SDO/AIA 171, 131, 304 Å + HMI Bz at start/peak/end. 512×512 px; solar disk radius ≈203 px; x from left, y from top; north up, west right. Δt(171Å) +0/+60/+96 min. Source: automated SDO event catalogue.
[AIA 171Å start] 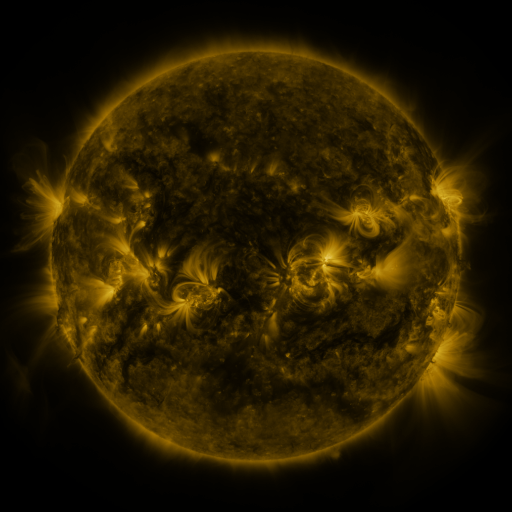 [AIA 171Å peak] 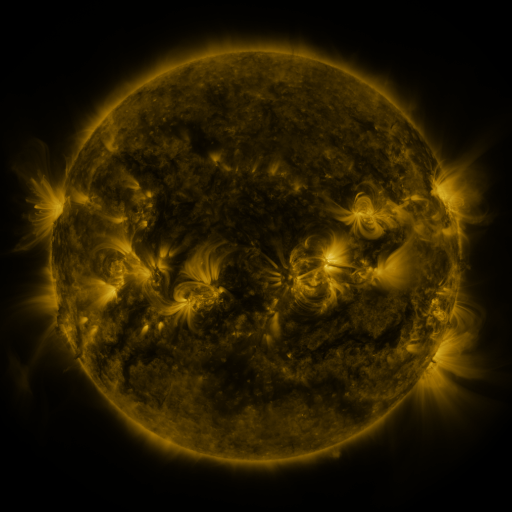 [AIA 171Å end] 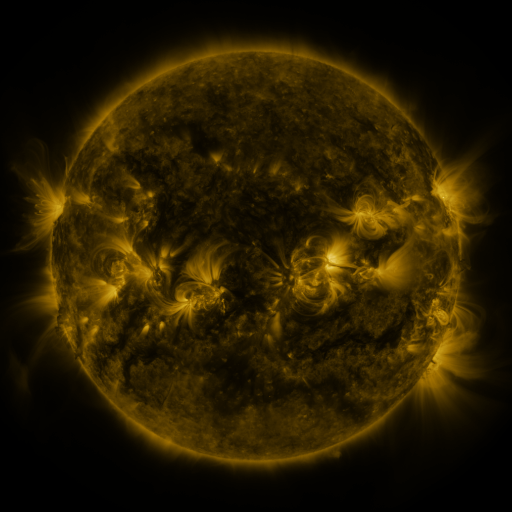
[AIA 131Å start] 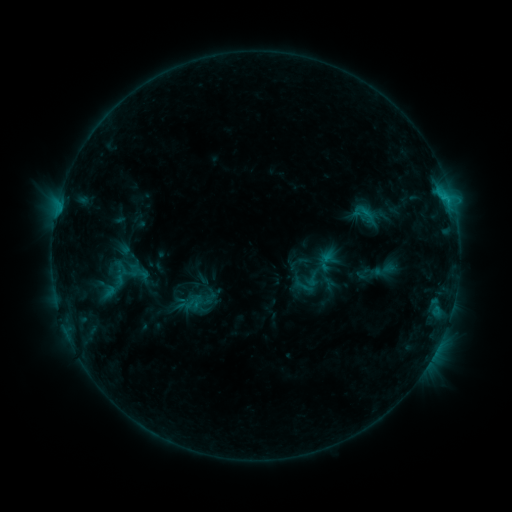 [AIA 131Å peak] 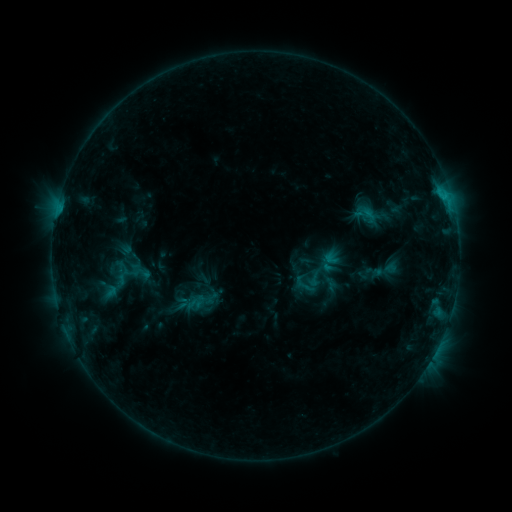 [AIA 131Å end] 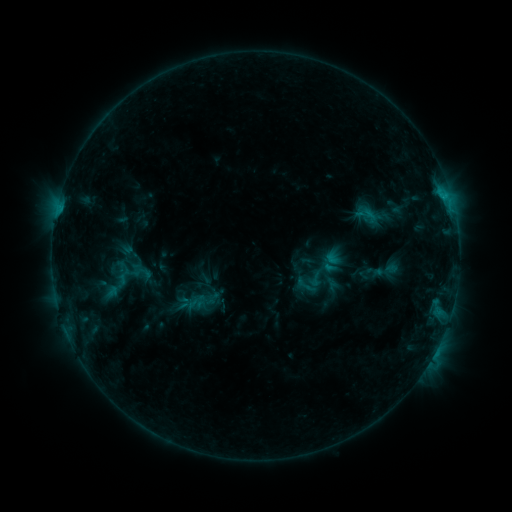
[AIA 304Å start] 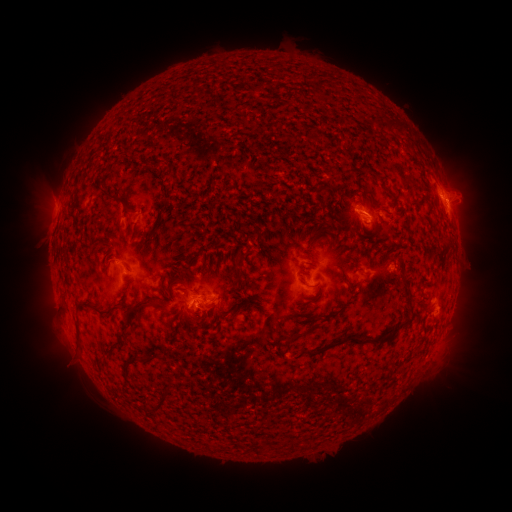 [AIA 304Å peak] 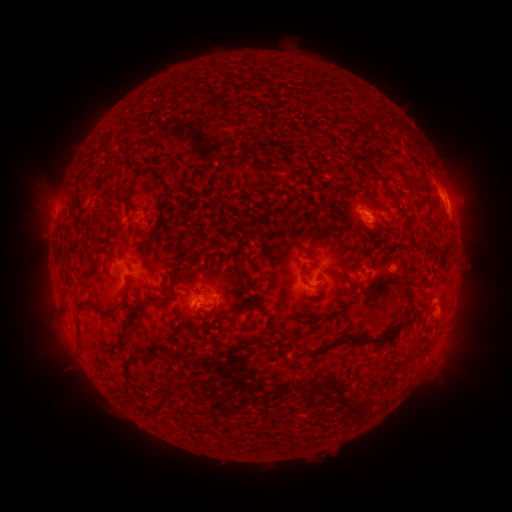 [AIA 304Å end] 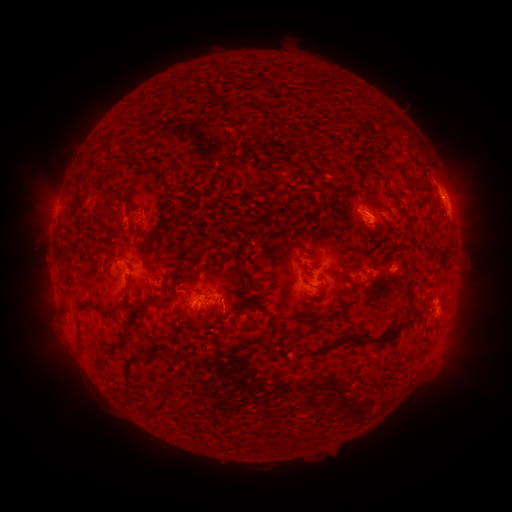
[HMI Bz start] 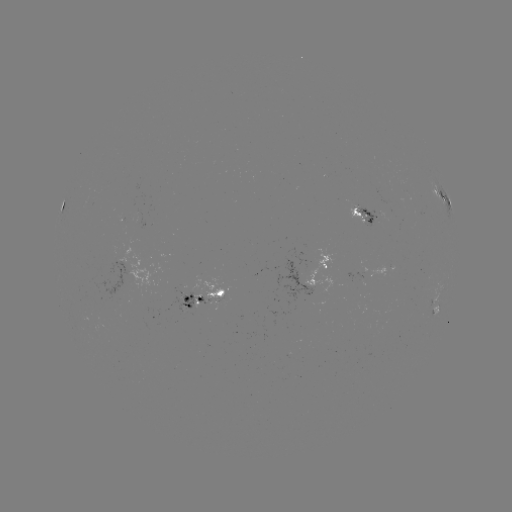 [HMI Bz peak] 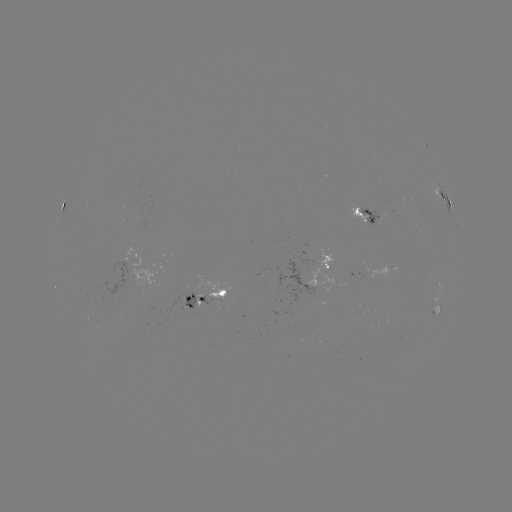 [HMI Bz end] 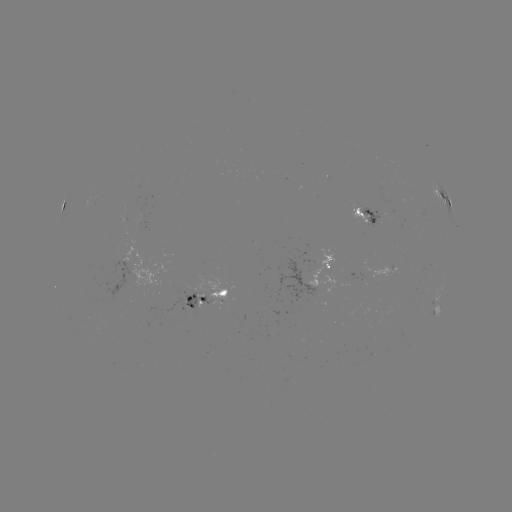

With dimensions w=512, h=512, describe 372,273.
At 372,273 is emerging-flux region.